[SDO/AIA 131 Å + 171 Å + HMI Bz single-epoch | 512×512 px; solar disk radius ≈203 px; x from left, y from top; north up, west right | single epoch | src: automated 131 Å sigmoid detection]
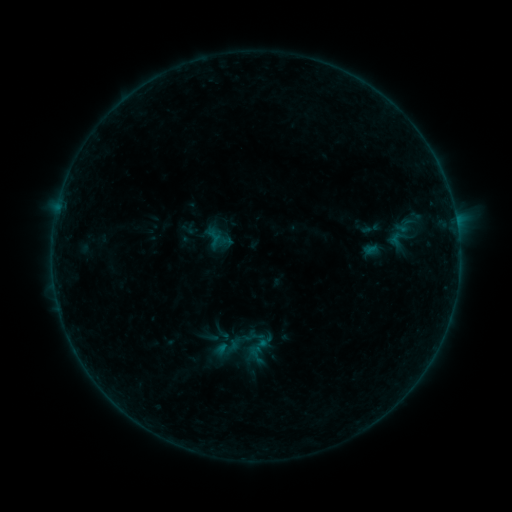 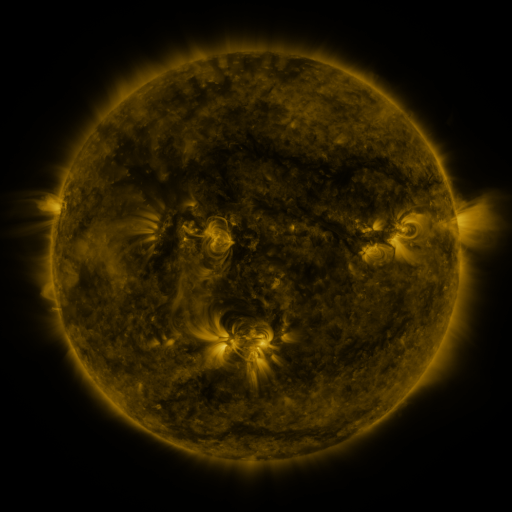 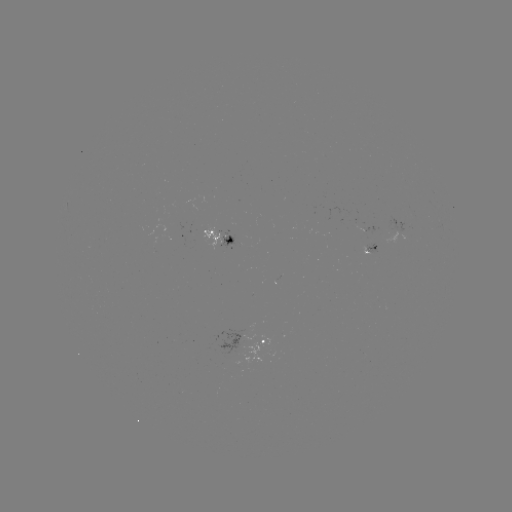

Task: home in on sigmoid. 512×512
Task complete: [222, 333].